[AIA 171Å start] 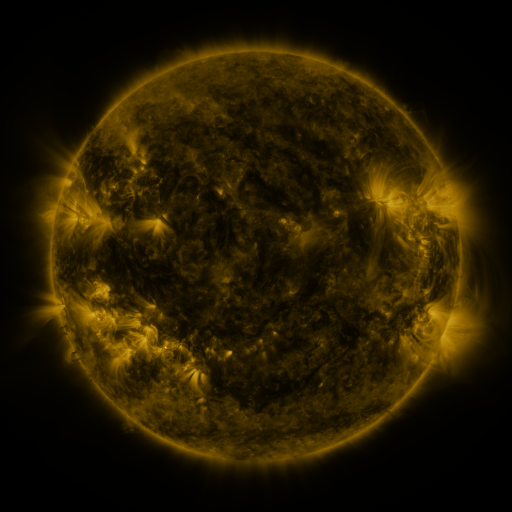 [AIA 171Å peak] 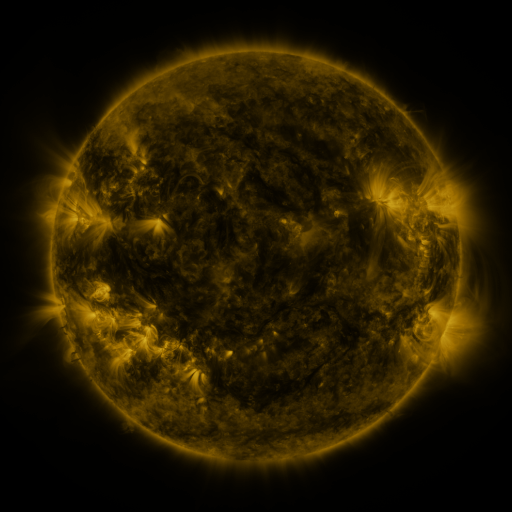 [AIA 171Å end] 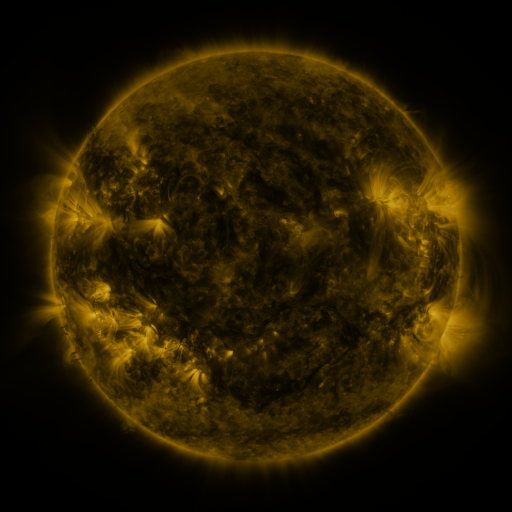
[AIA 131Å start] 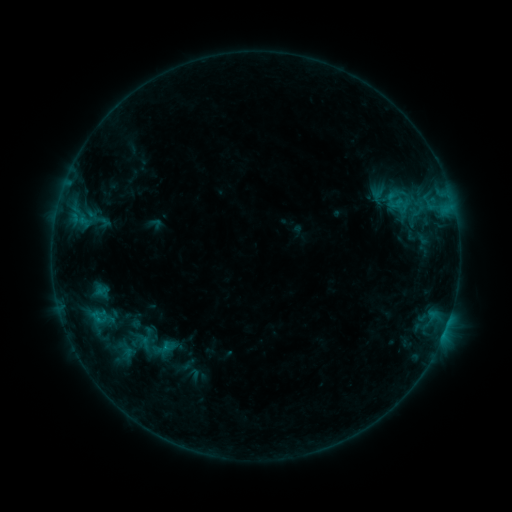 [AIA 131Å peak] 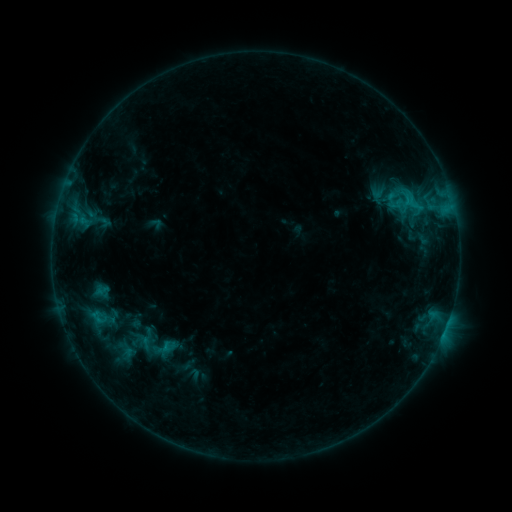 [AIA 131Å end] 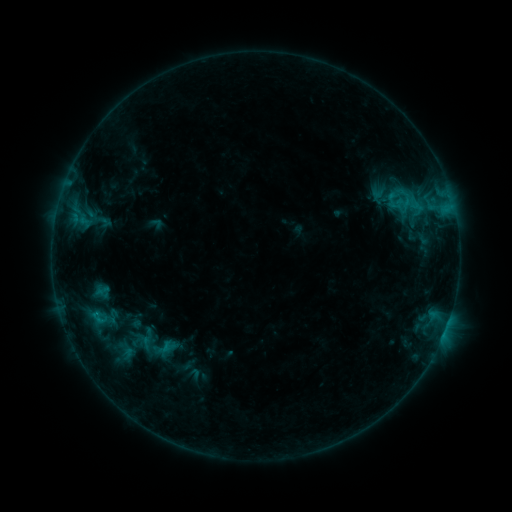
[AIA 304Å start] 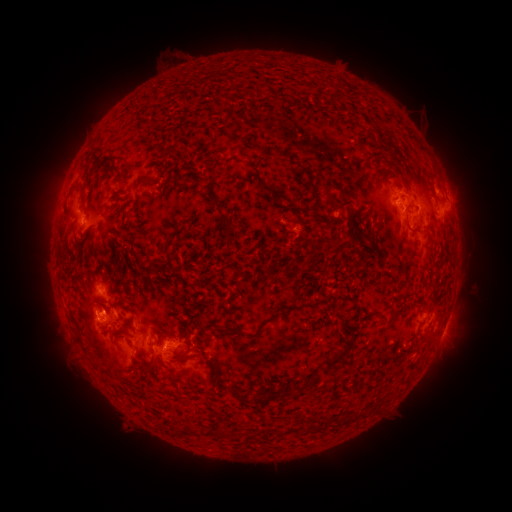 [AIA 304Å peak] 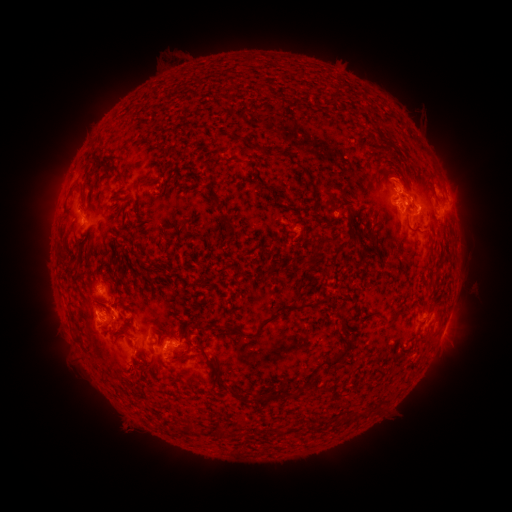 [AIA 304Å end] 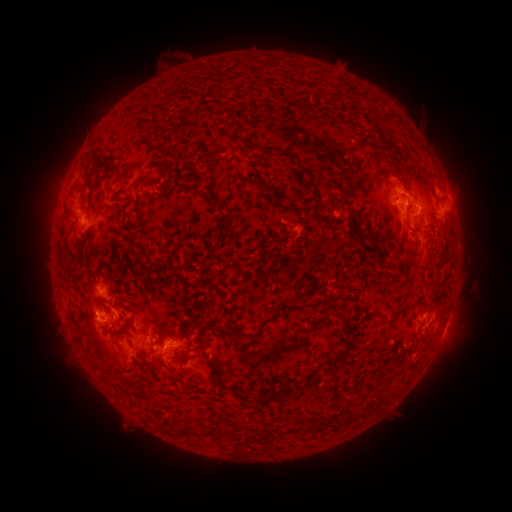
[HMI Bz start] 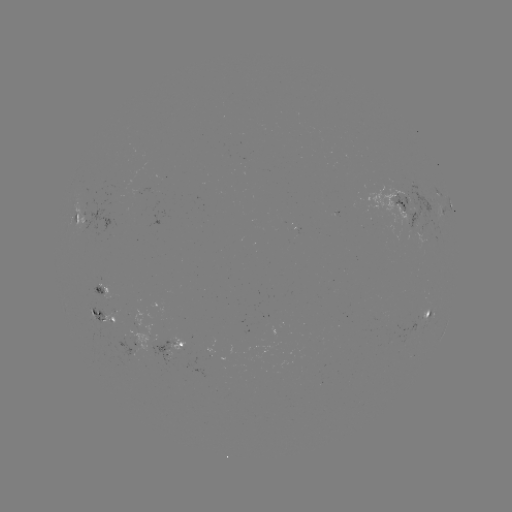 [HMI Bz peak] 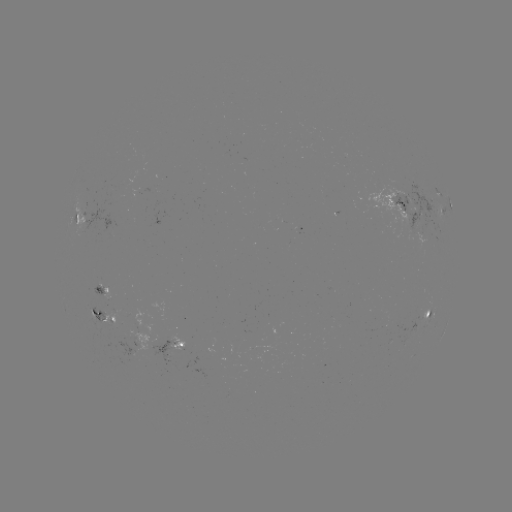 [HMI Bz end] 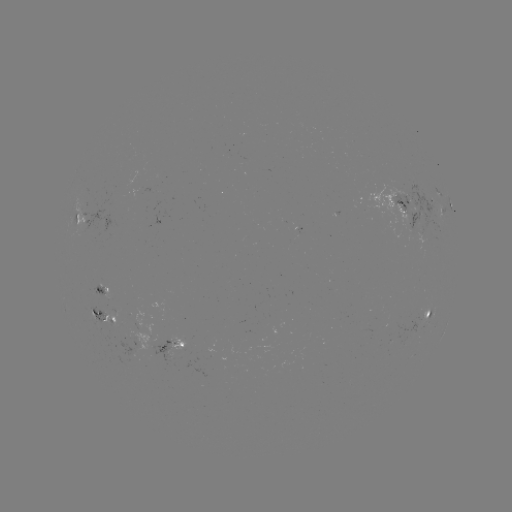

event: eruption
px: (402, 172)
